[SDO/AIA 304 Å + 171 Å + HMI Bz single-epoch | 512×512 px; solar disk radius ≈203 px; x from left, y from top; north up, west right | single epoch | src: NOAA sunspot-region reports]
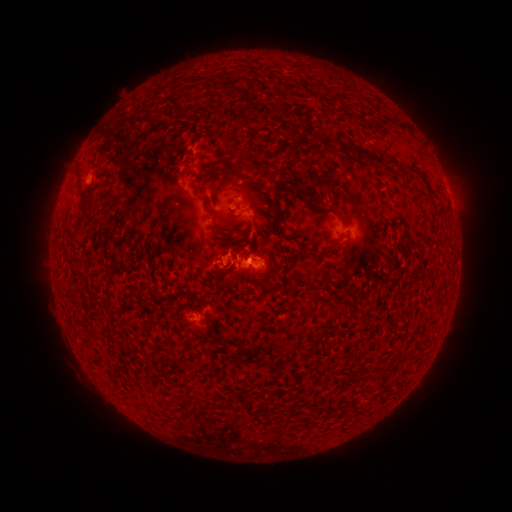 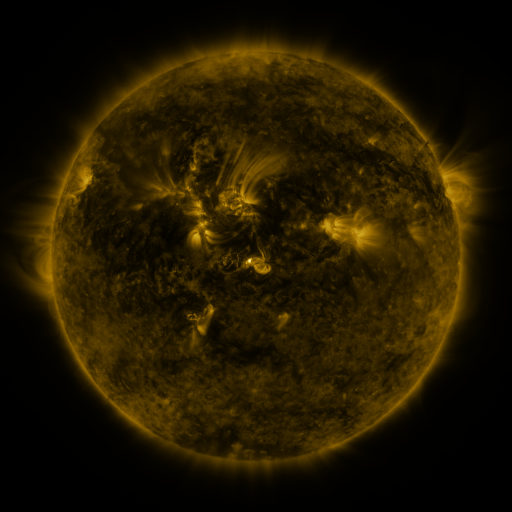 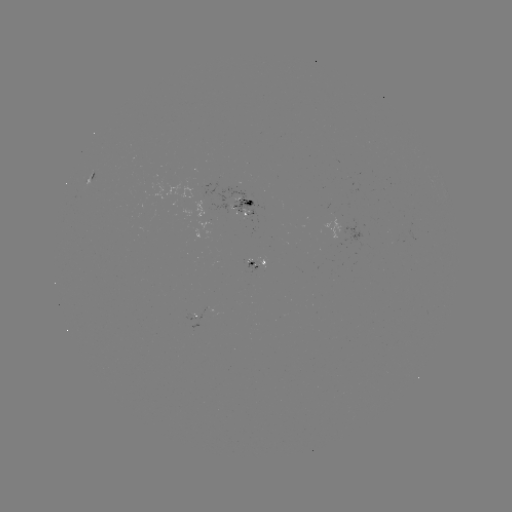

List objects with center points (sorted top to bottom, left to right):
spotted active region: (91, 177)
spotted active region: (245, 202)
spotted active region: (354, 231)
spotted active region: (266, 262)
